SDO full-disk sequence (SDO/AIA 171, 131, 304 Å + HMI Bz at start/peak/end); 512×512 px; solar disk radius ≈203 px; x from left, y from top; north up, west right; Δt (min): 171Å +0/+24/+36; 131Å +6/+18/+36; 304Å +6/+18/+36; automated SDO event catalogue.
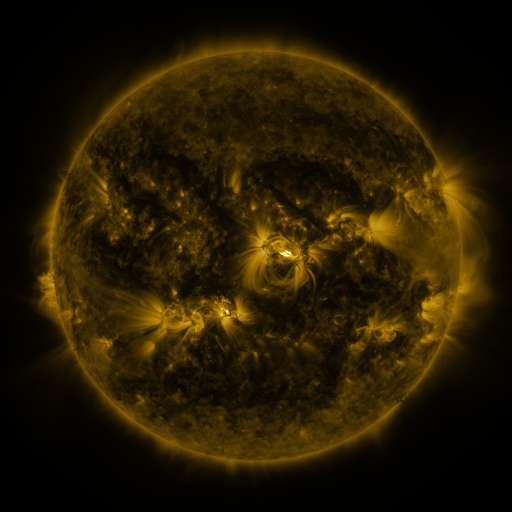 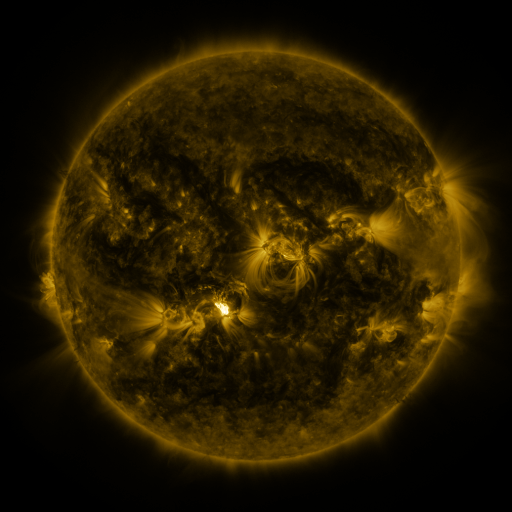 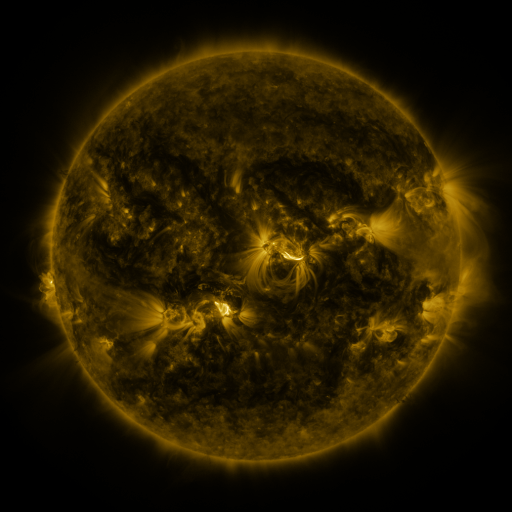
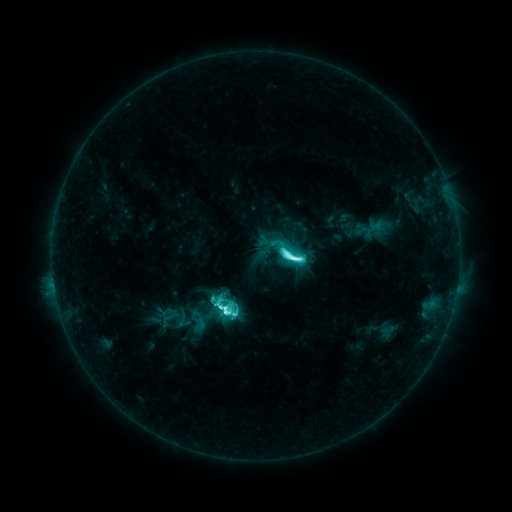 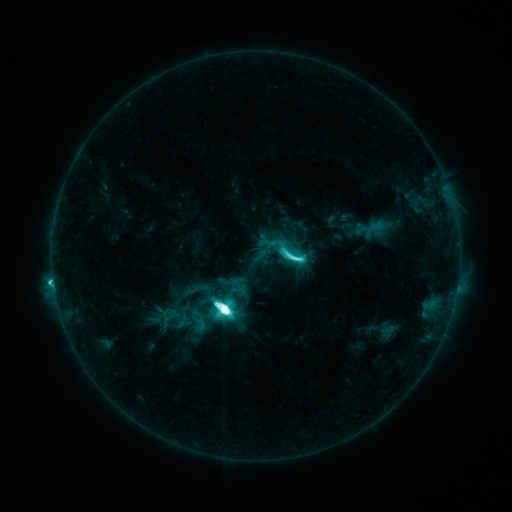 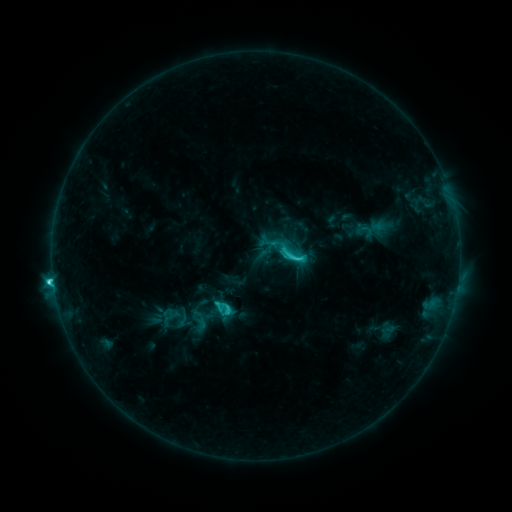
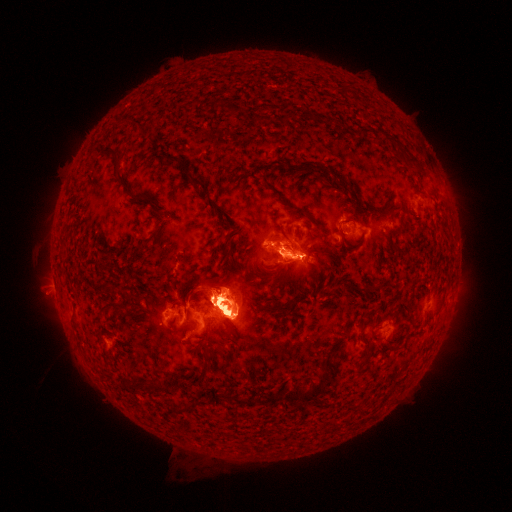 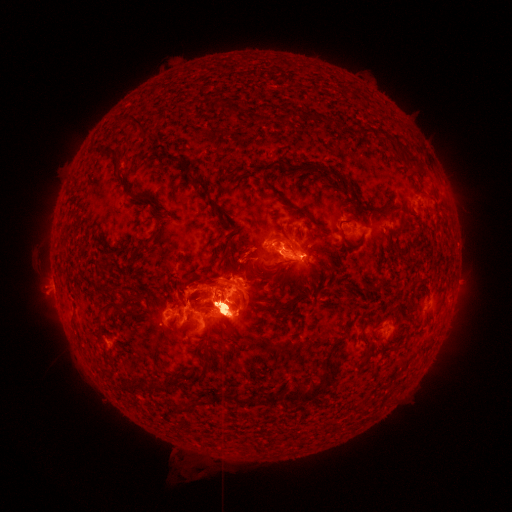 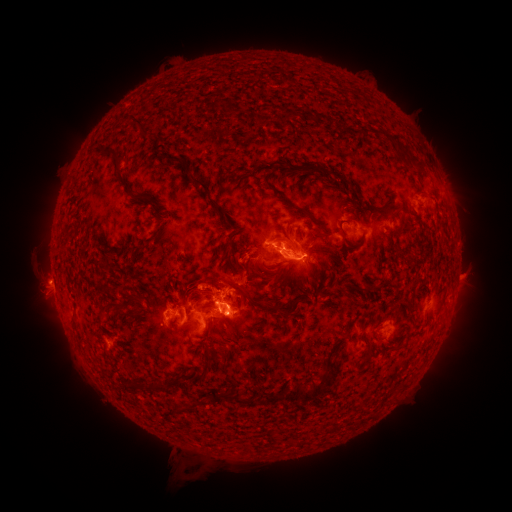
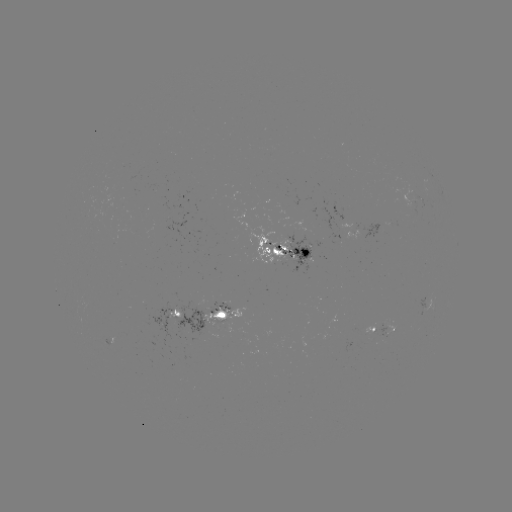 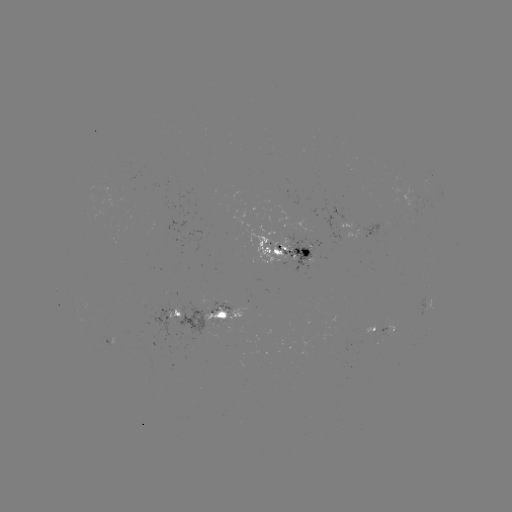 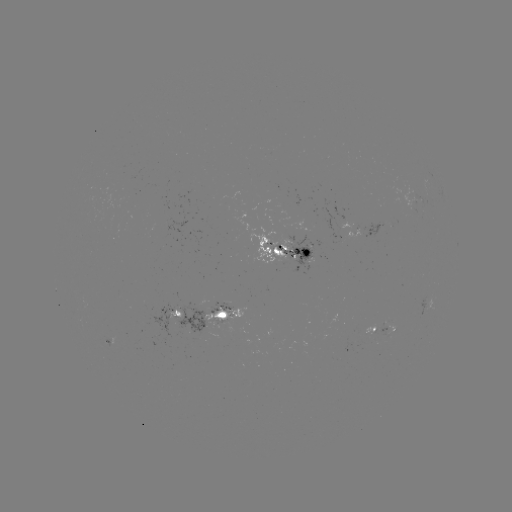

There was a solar eruption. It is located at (235, 287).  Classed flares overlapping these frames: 1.